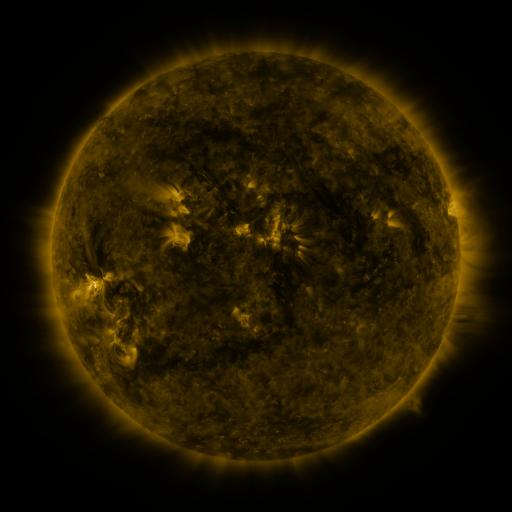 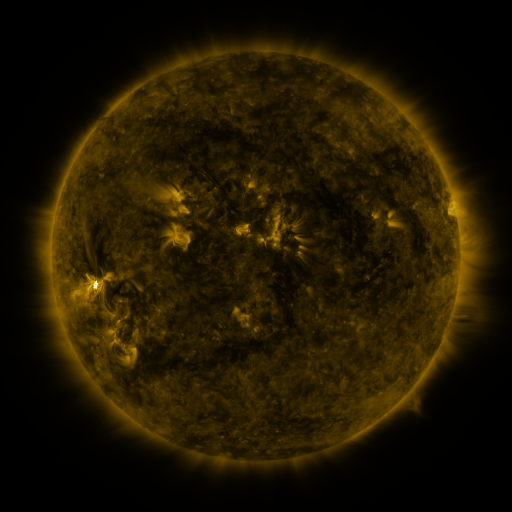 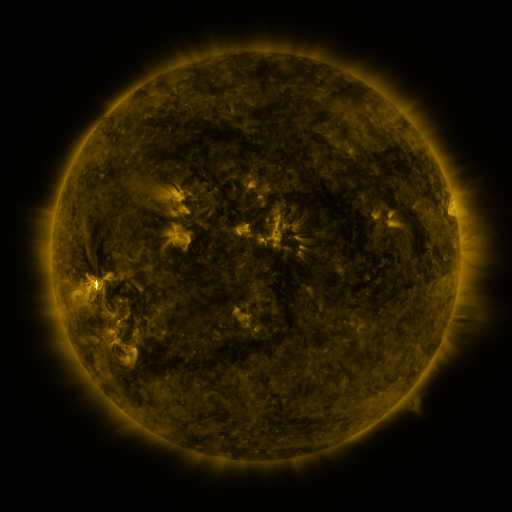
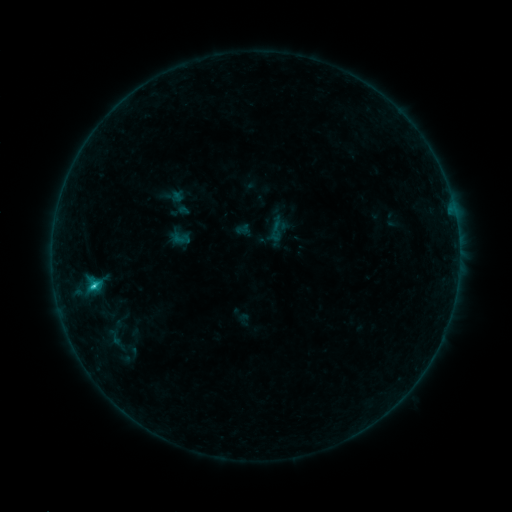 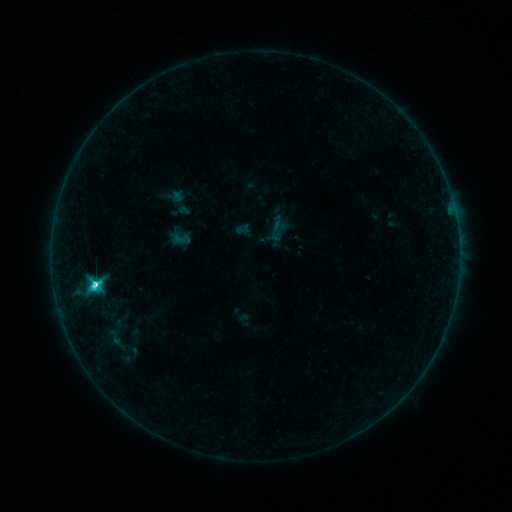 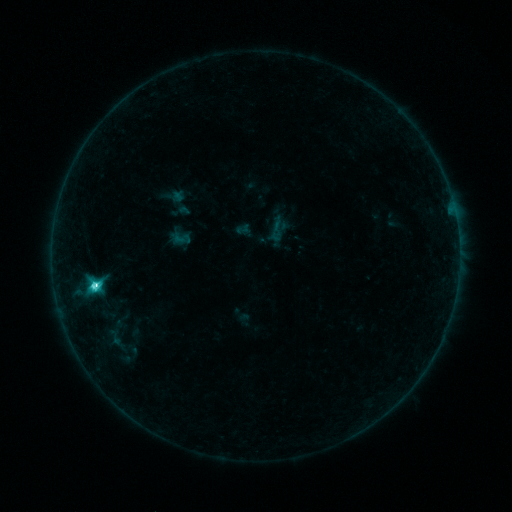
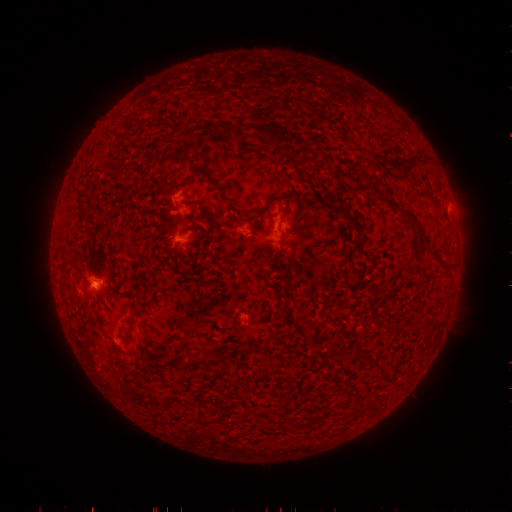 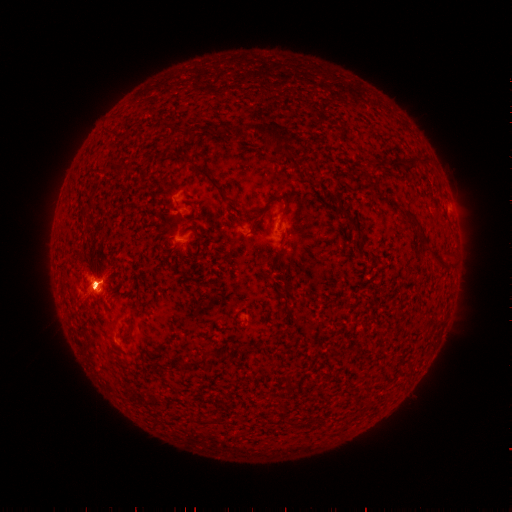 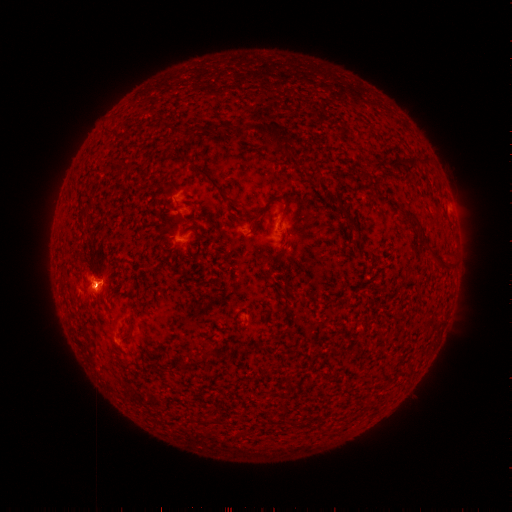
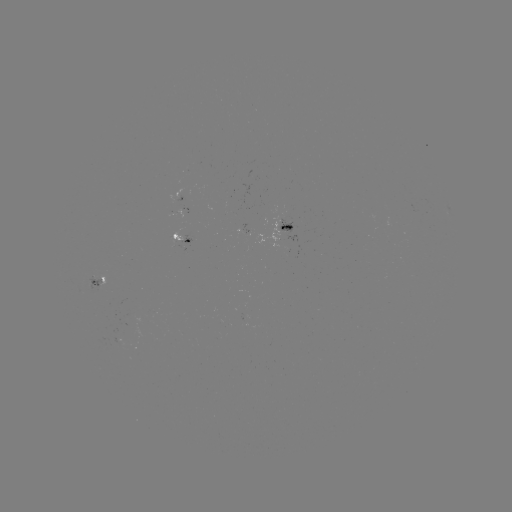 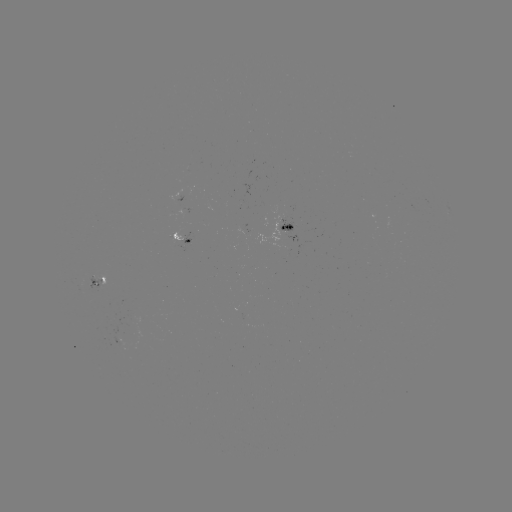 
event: flare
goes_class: M1.2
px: (98, 283)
